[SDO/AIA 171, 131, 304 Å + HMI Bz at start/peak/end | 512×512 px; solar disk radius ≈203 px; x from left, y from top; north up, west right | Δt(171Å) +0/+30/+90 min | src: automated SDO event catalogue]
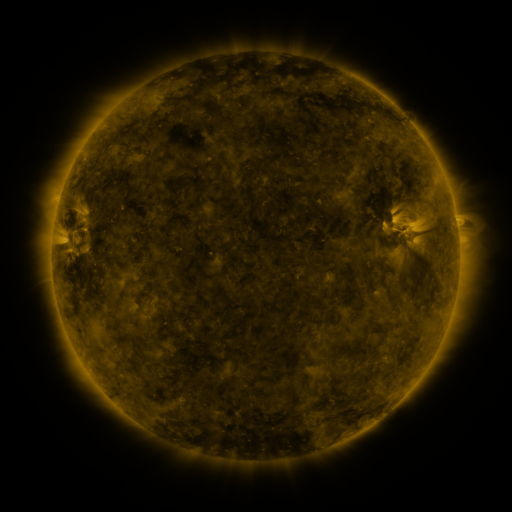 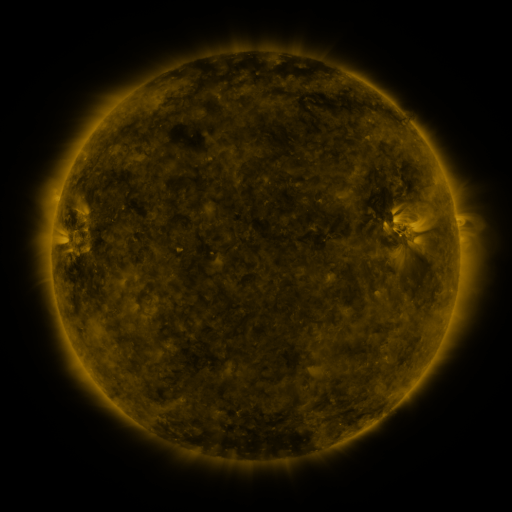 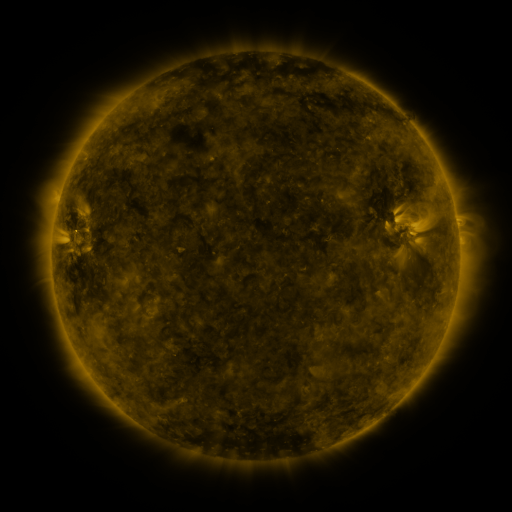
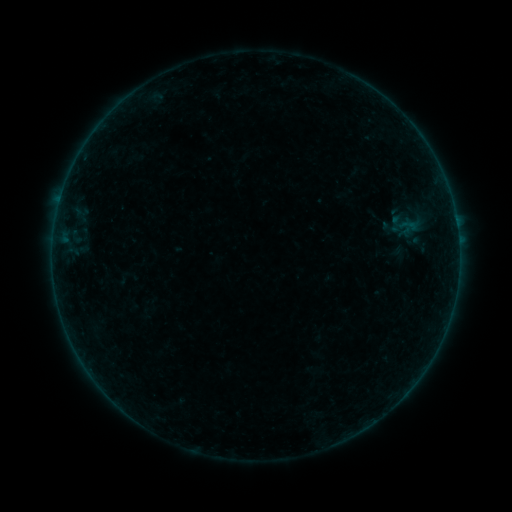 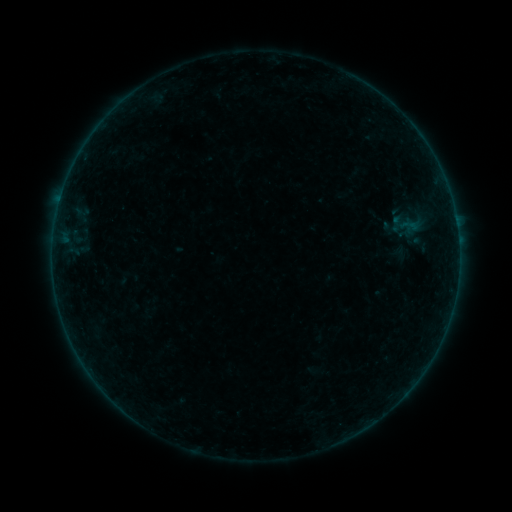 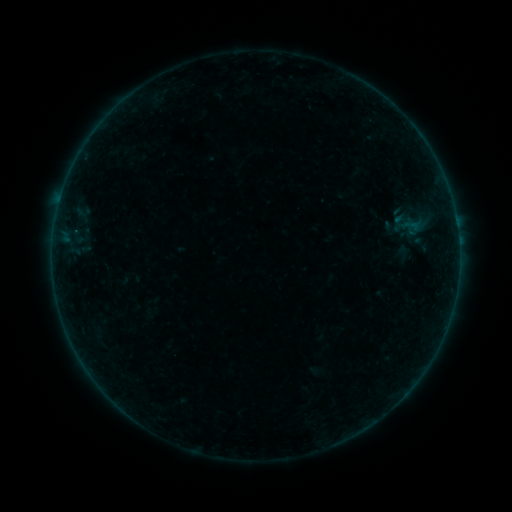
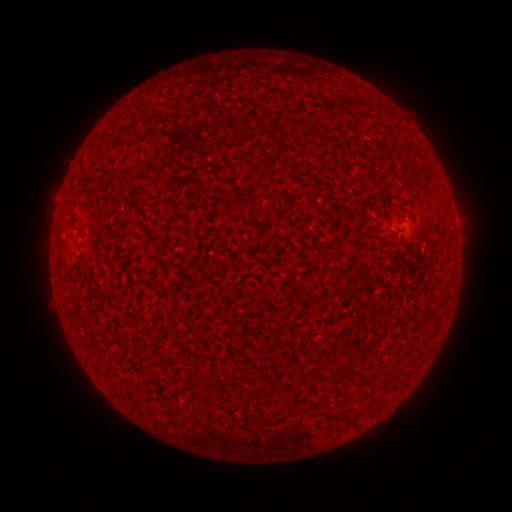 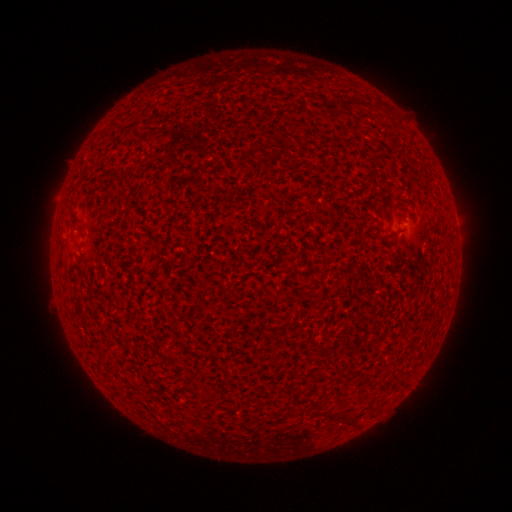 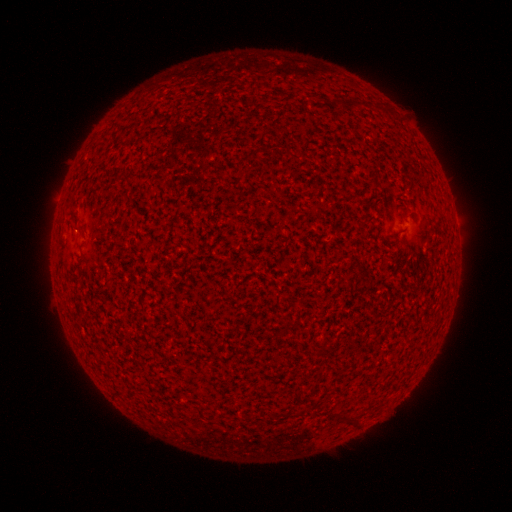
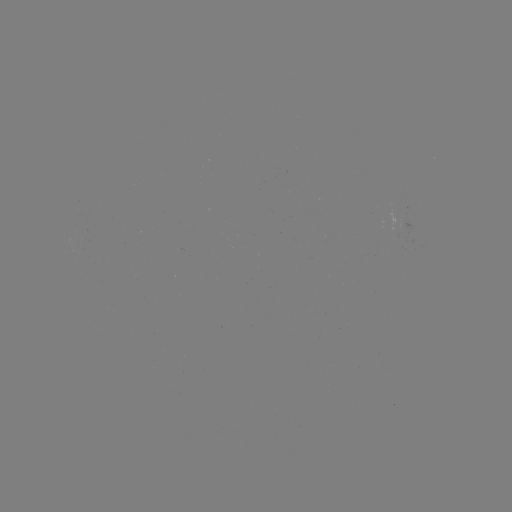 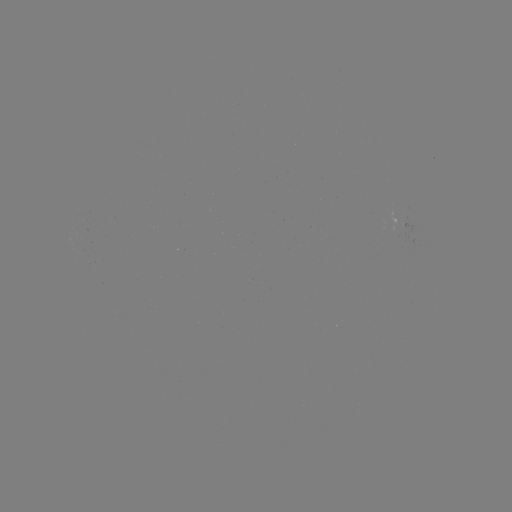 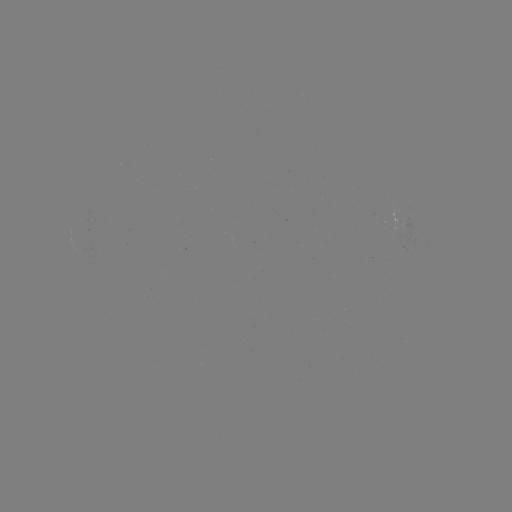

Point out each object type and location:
A1.7 flare: (60, 199)
